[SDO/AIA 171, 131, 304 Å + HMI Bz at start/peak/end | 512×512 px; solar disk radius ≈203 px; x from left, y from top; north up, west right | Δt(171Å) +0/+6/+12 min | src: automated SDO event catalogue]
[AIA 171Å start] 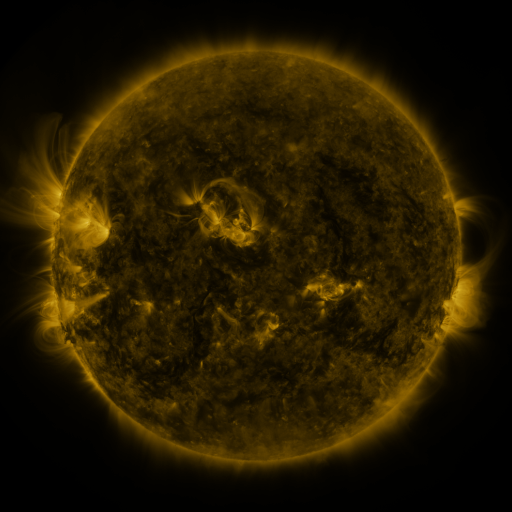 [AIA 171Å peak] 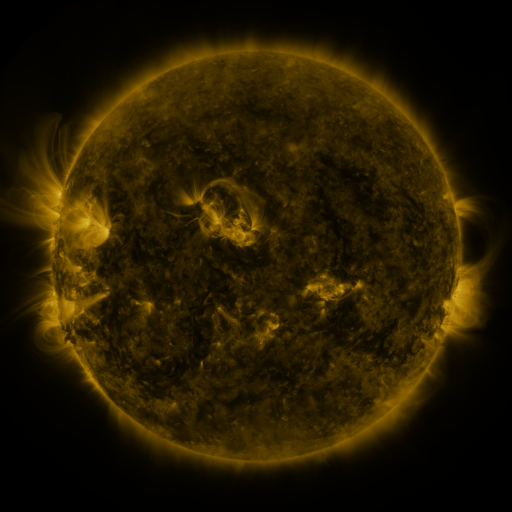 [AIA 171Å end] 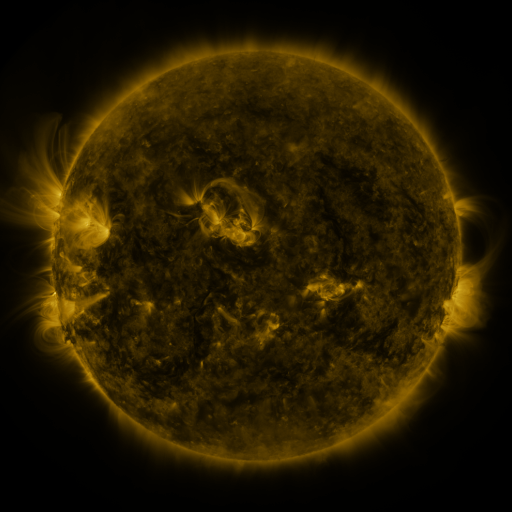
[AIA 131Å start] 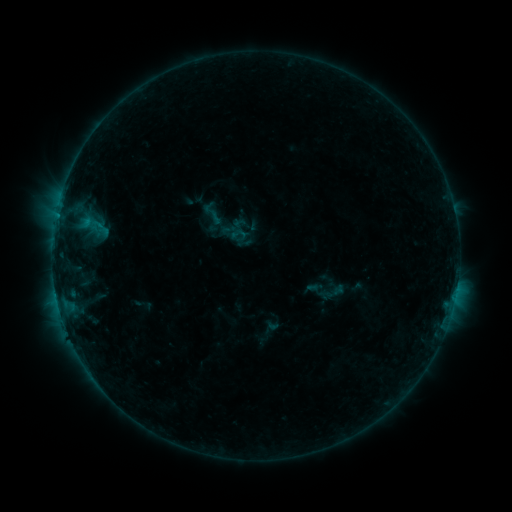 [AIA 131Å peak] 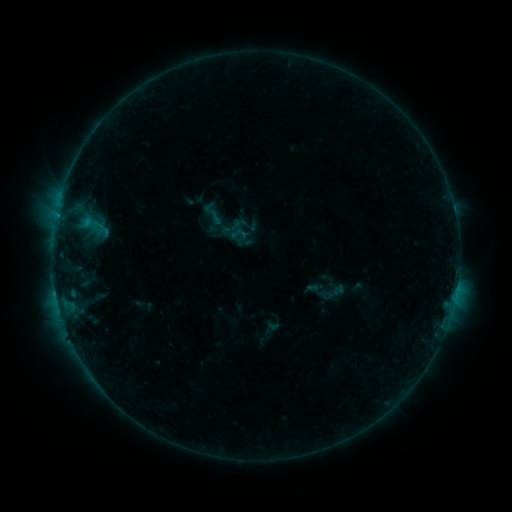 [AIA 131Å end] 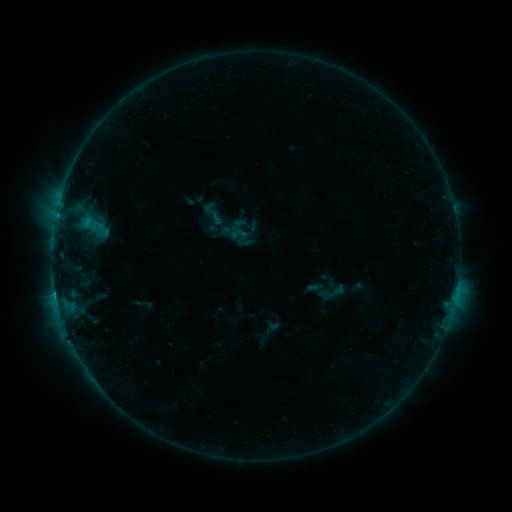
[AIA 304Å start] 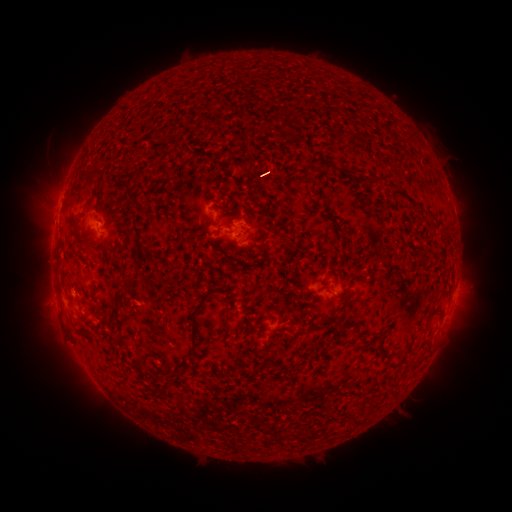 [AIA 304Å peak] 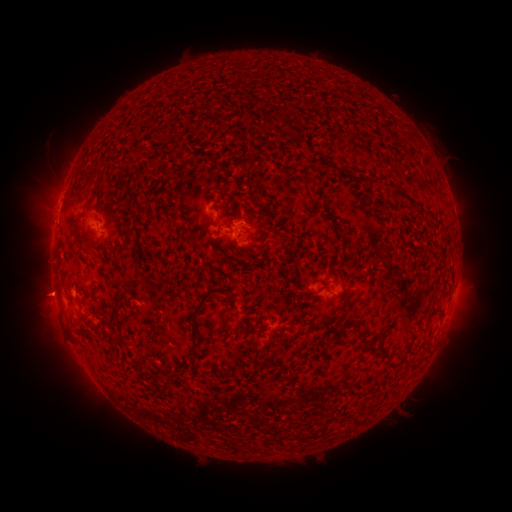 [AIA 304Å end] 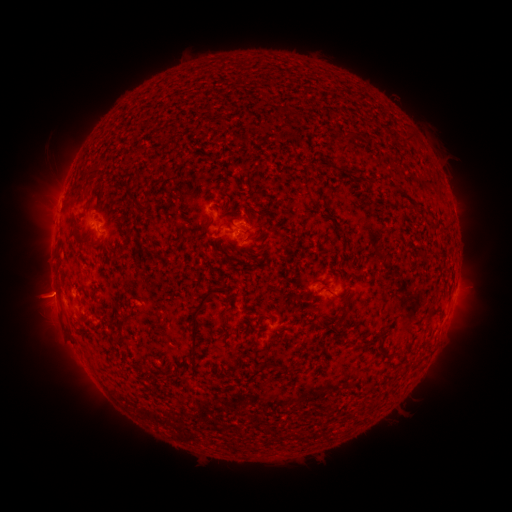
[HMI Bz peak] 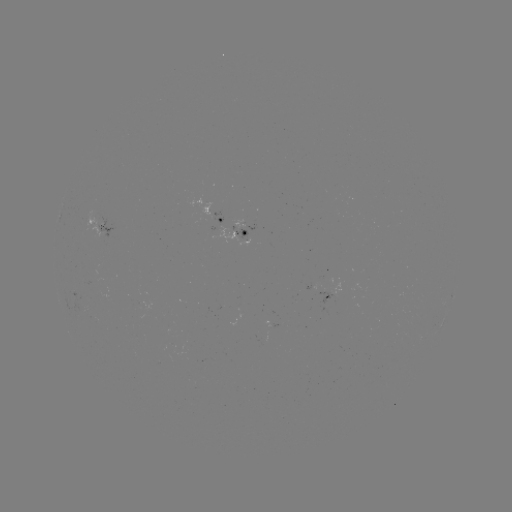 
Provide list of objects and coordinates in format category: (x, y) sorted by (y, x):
eruption: (43, 295)
